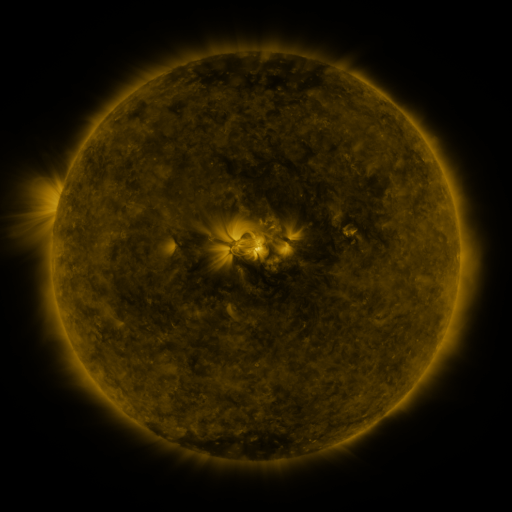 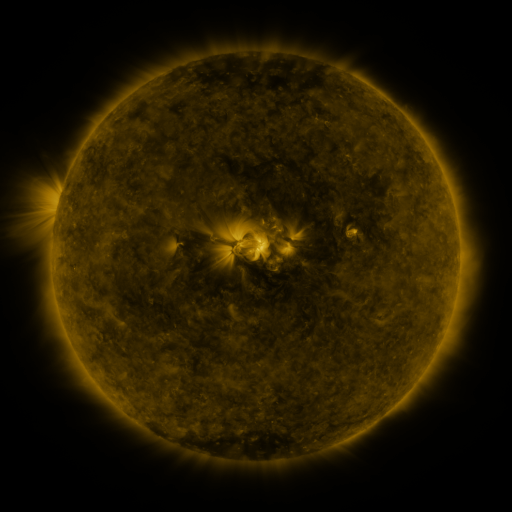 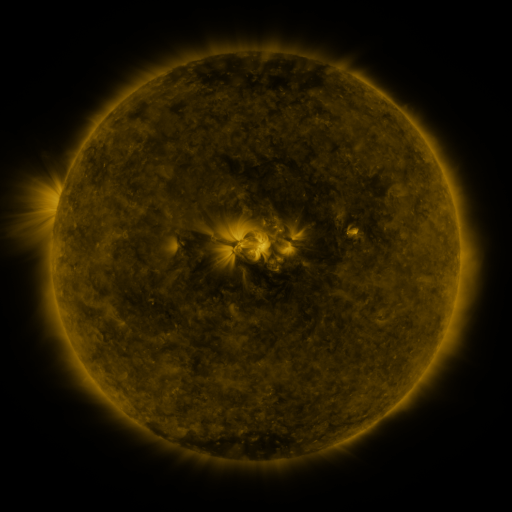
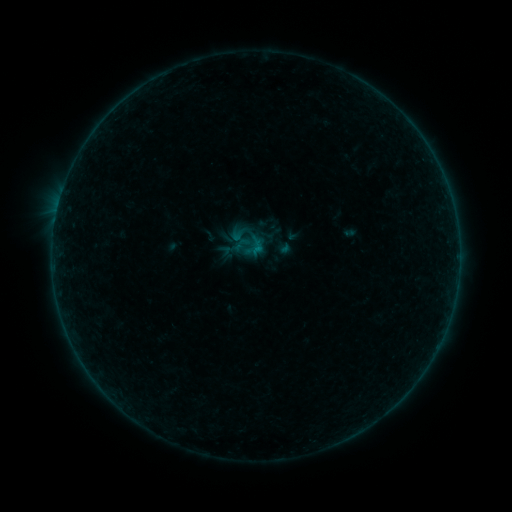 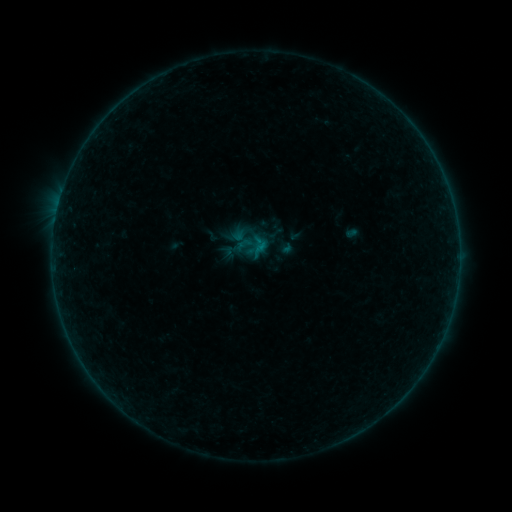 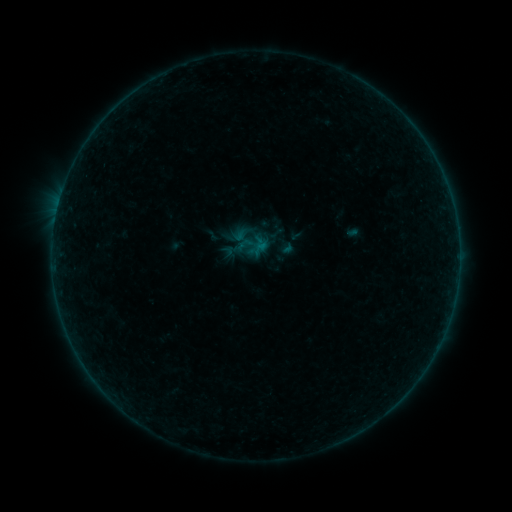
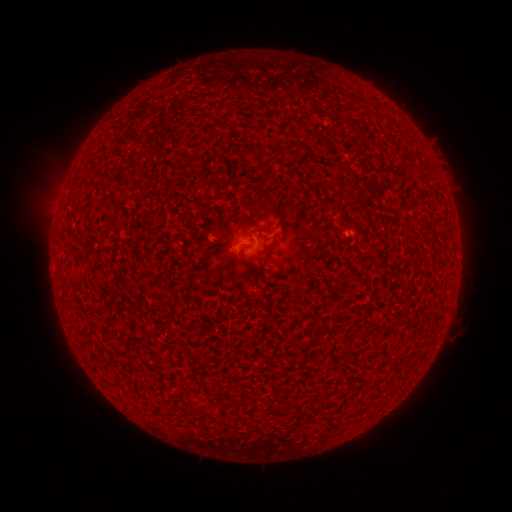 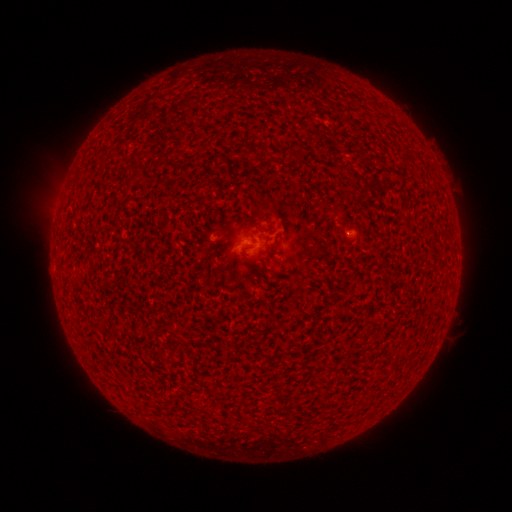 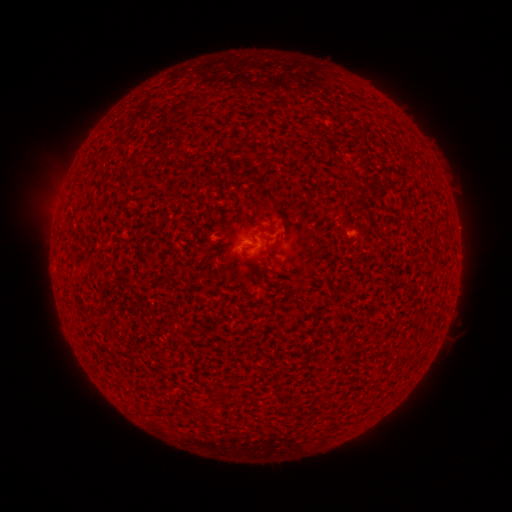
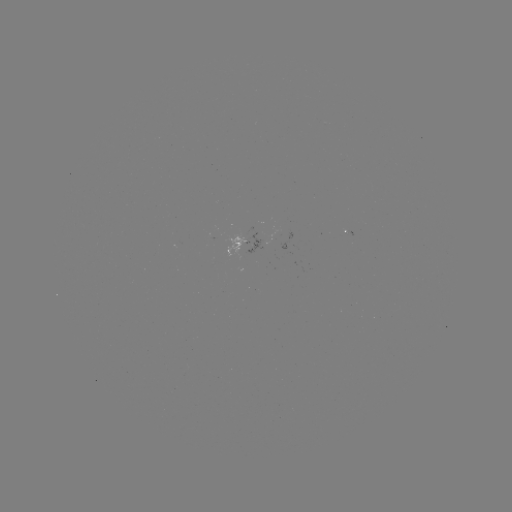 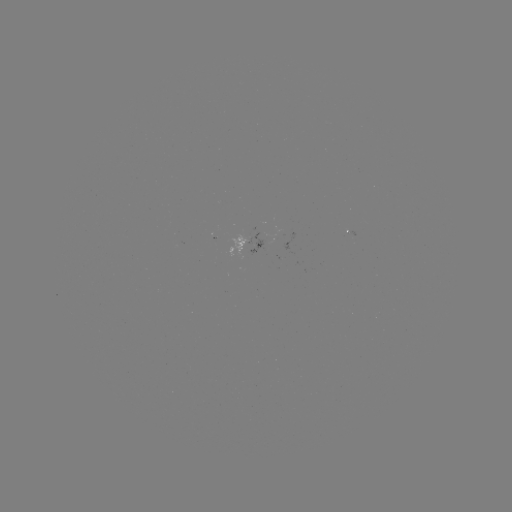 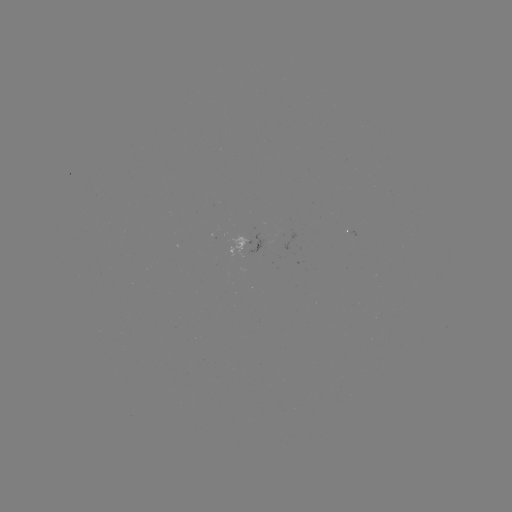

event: emerging-flux region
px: (219, 235)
